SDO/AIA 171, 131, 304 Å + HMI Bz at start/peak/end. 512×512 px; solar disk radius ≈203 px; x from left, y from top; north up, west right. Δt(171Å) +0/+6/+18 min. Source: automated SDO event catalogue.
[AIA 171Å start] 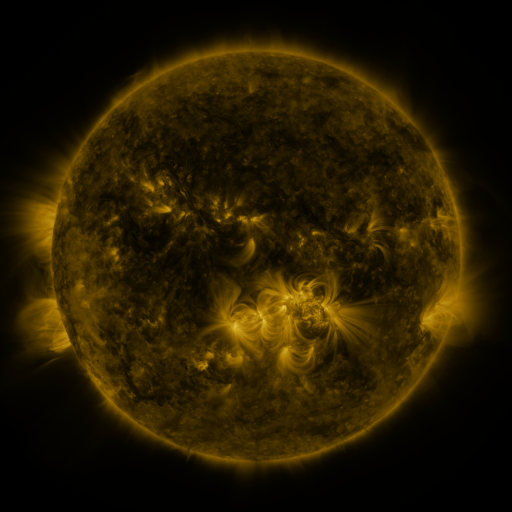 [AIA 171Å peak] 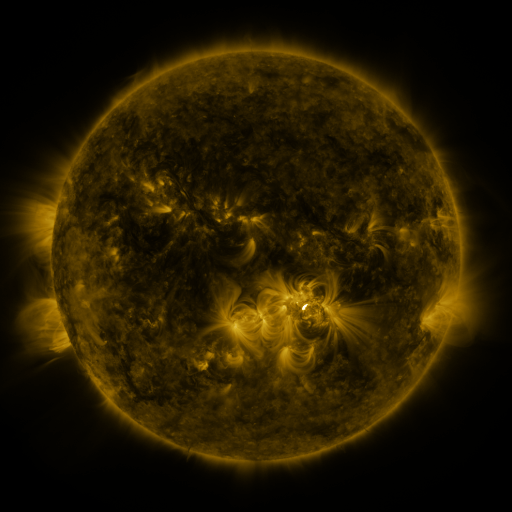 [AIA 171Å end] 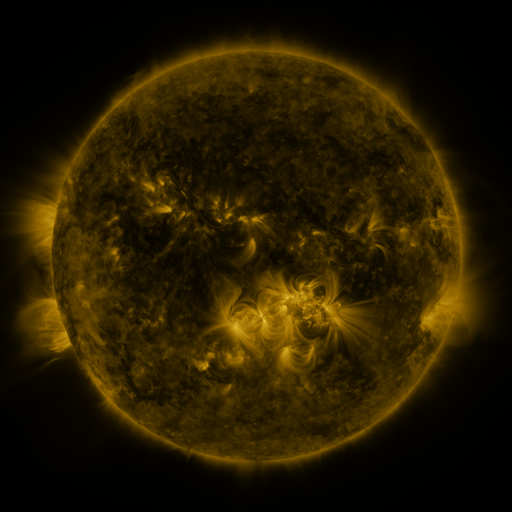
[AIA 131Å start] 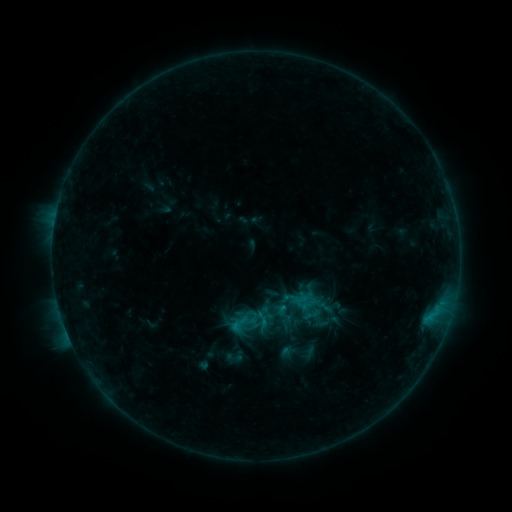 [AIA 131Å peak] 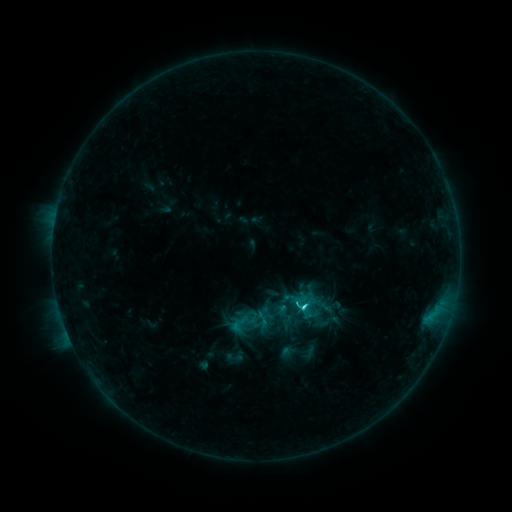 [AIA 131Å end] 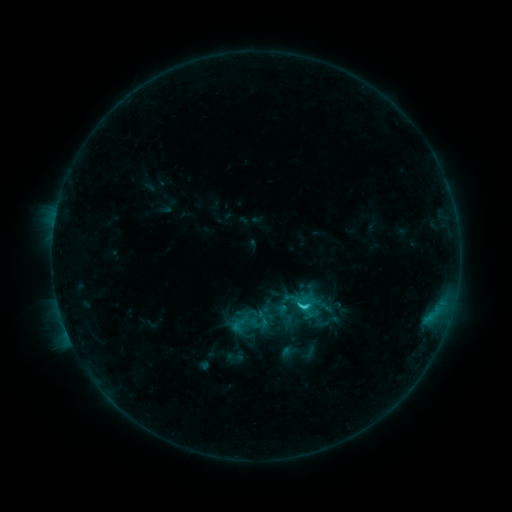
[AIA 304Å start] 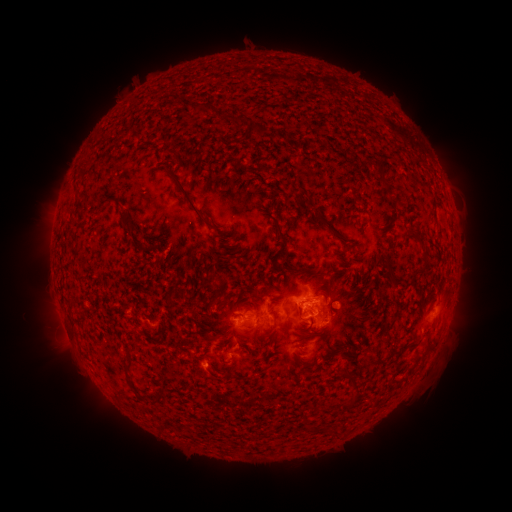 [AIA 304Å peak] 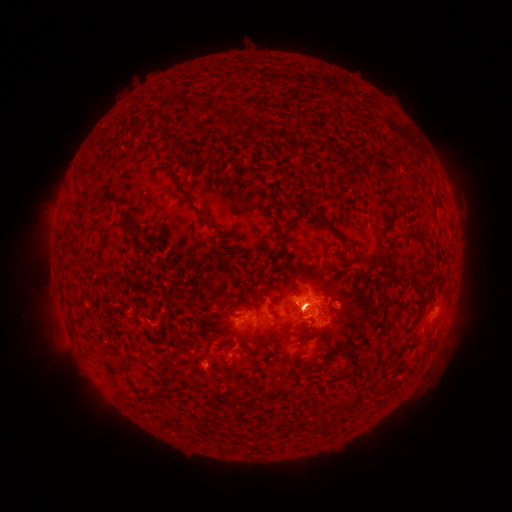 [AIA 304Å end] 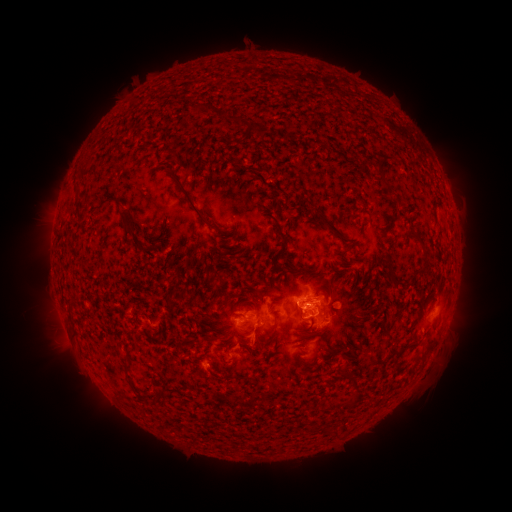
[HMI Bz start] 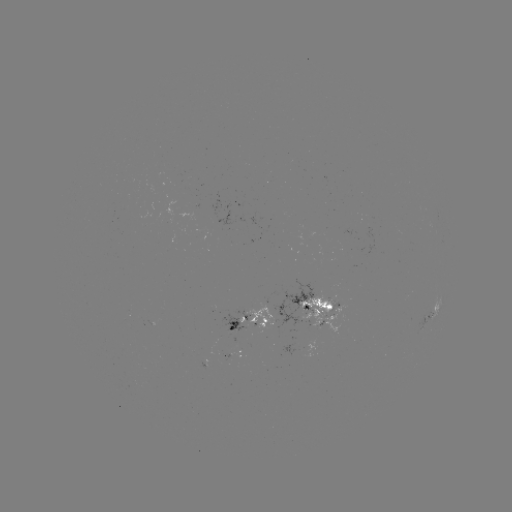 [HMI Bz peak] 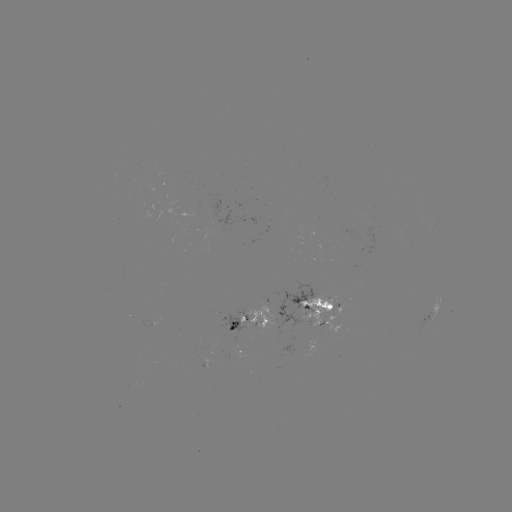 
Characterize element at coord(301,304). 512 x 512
C2.8 flare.